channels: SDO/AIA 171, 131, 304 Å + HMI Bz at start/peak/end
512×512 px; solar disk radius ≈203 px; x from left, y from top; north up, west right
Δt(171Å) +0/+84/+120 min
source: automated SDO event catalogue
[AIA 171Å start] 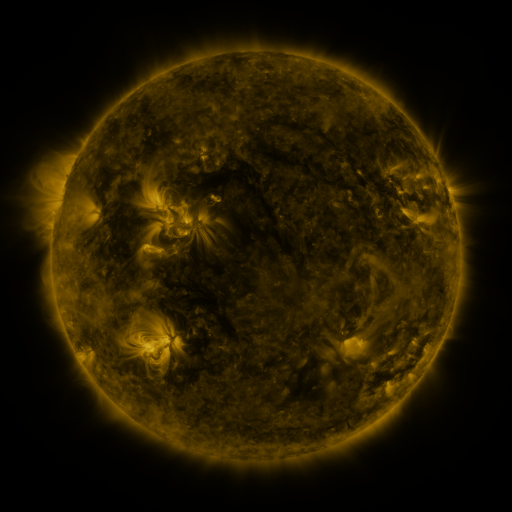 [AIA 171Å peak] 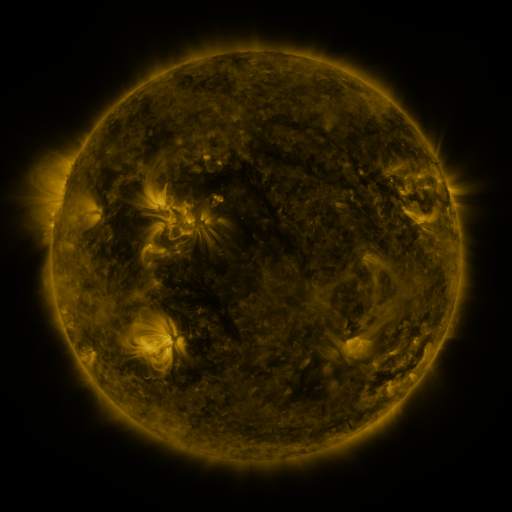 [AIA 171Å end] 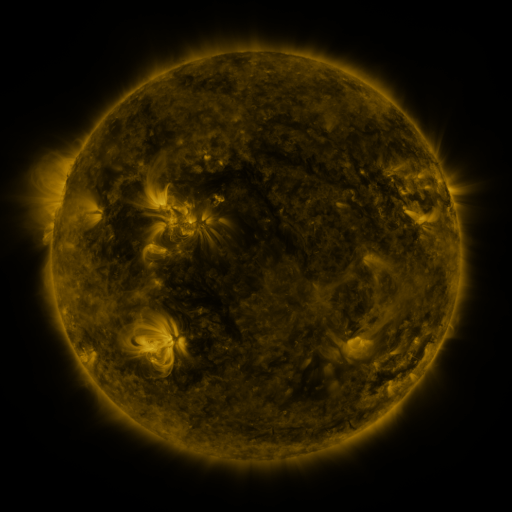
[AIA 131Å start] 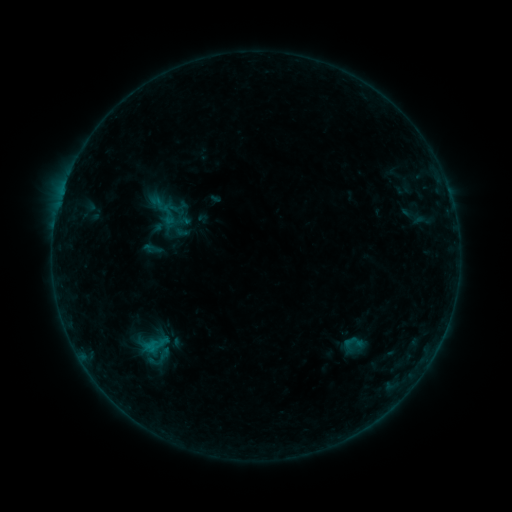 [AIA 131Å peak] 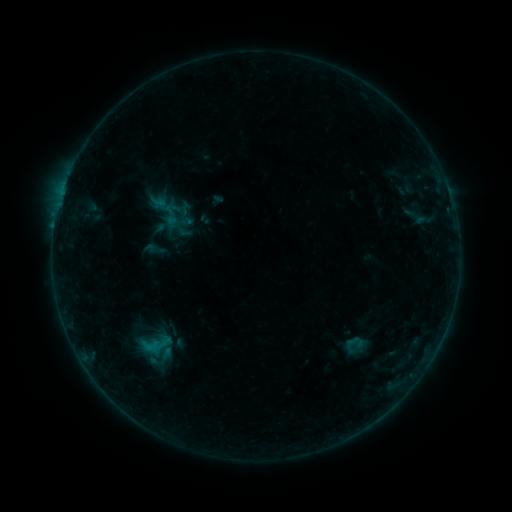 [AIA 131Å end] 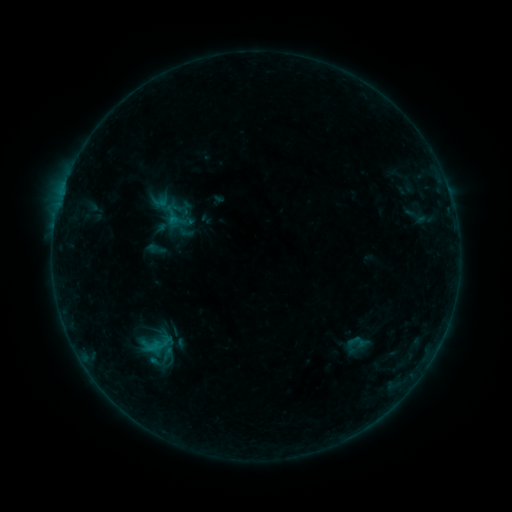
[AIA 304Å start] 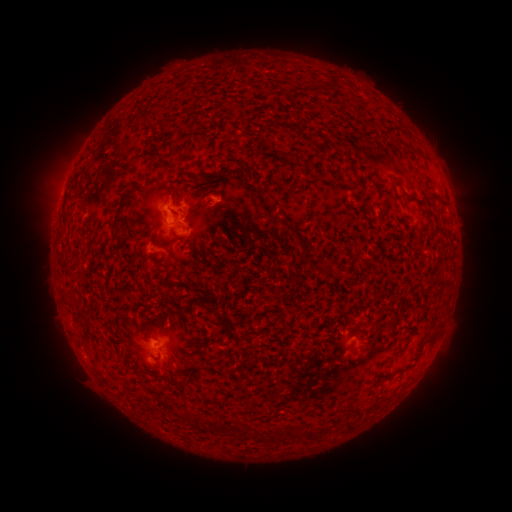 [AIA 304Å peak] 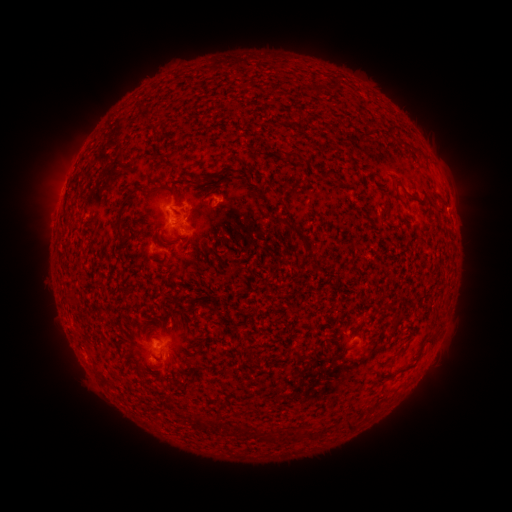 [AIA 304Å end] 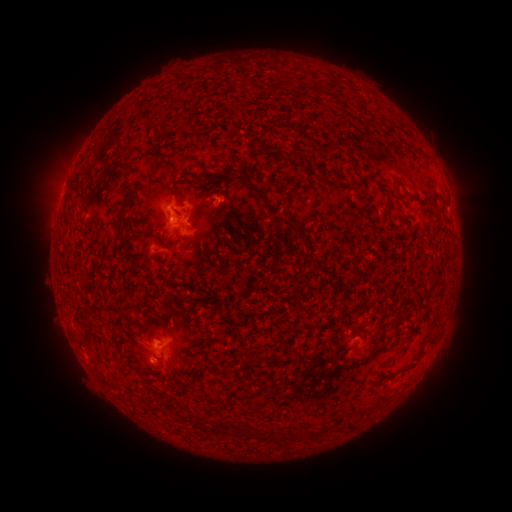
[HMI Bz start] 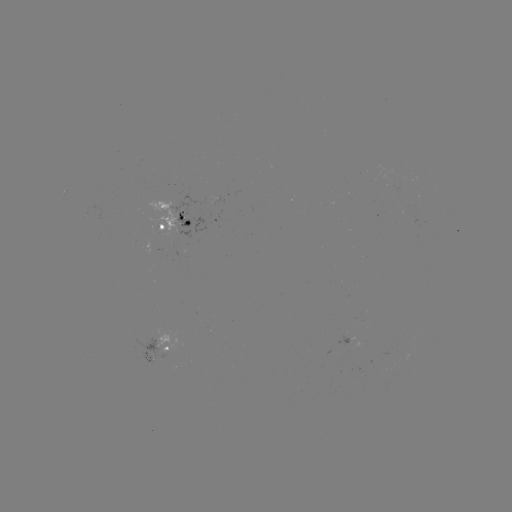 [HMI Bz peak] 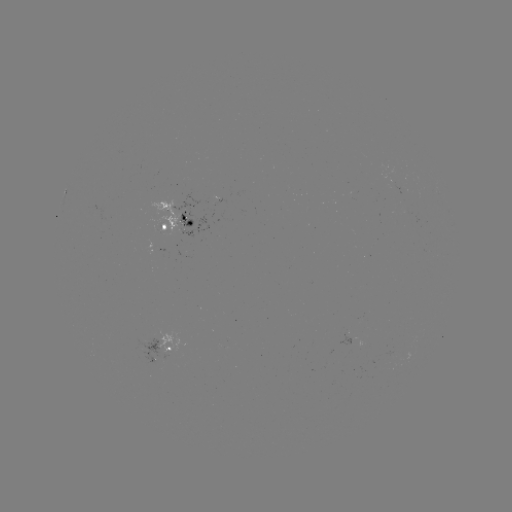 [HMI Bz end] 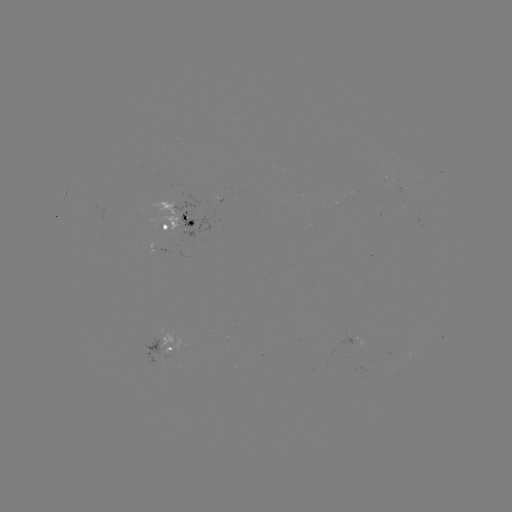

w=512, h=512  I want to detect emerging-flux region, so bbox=[391, 185, 403, 194].